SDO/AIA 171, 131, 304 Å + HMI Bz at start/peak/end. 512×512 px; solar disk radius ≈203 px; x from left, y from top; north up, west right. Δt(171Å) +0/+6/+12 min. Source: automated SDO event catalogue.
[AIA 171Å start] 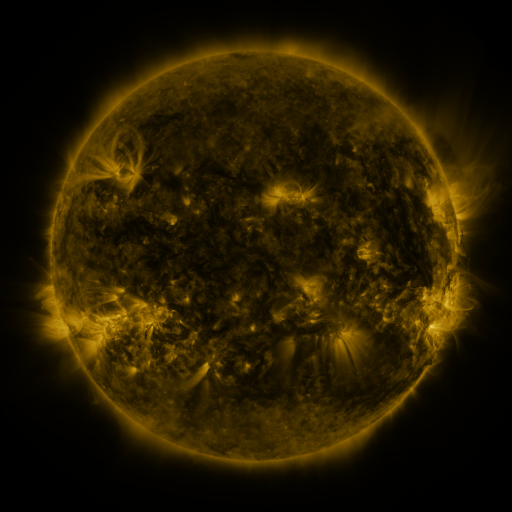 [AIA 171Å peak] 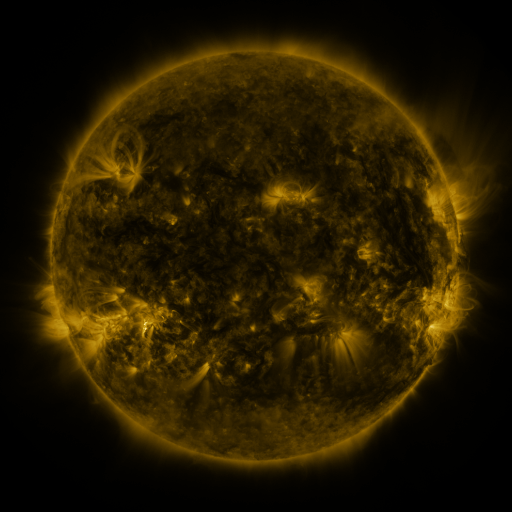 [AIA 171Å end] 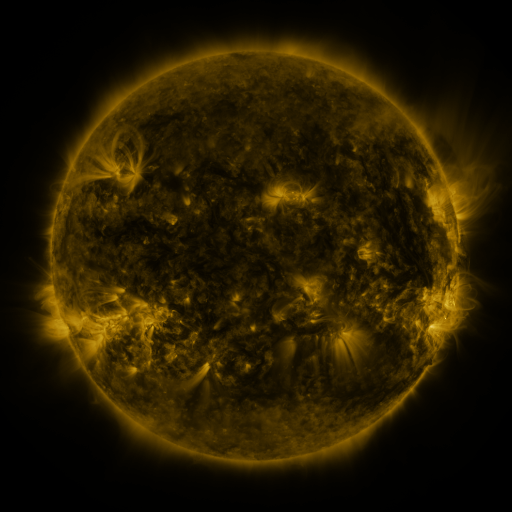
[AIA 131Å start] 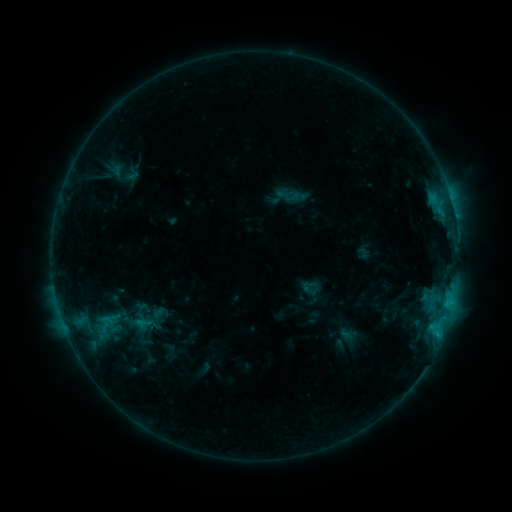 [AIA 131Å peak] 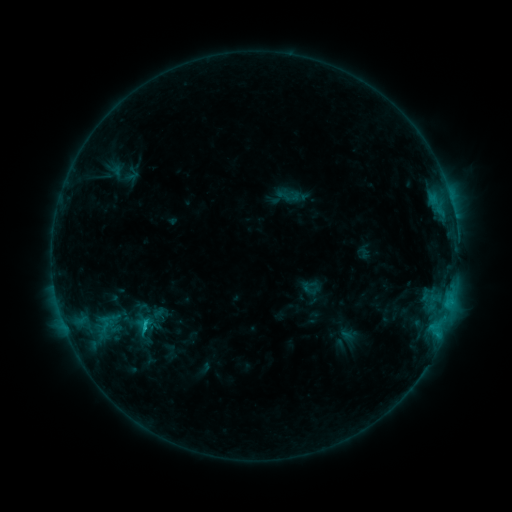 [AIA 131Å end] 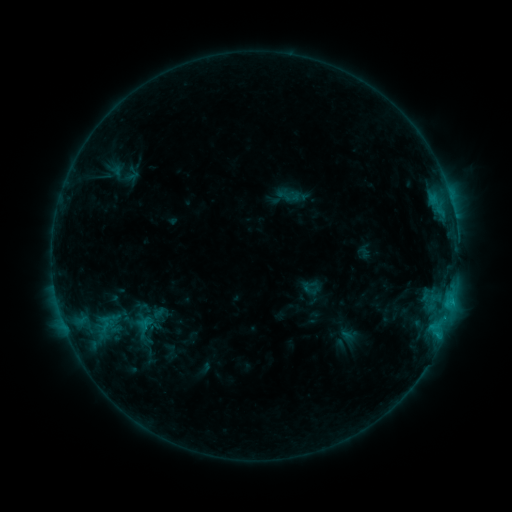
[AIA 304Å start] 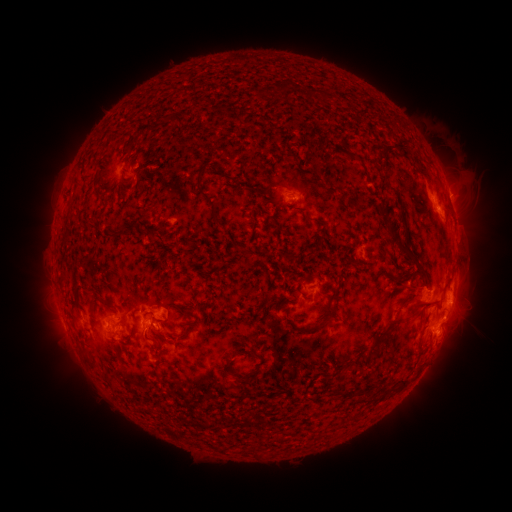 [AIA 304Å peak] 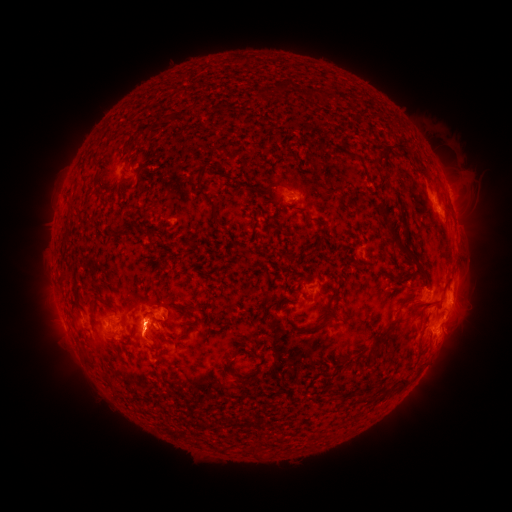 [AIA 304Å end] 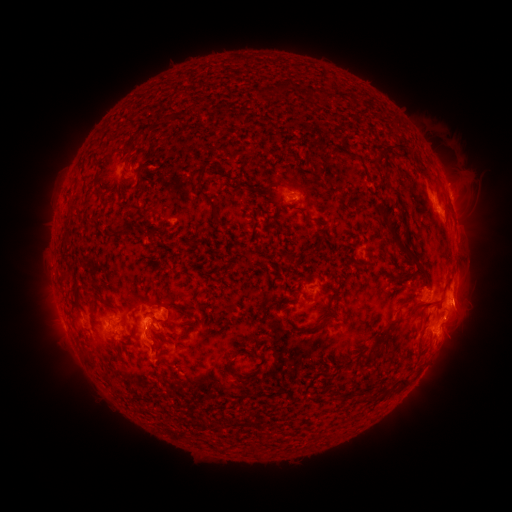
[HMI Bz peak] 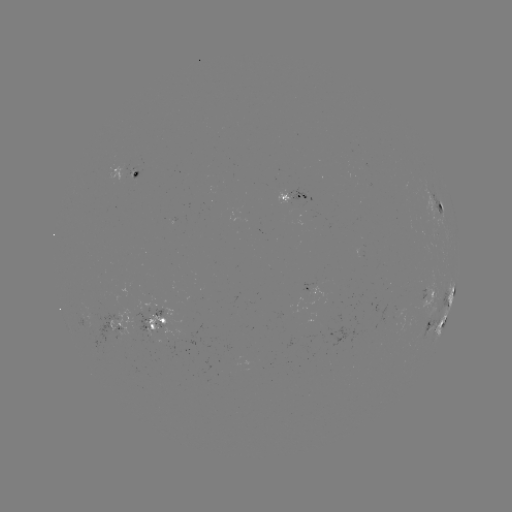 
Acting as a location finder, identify eruption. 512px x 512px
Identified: (144, 338).